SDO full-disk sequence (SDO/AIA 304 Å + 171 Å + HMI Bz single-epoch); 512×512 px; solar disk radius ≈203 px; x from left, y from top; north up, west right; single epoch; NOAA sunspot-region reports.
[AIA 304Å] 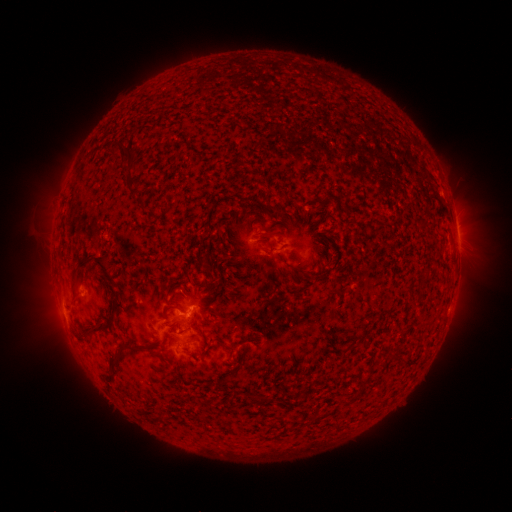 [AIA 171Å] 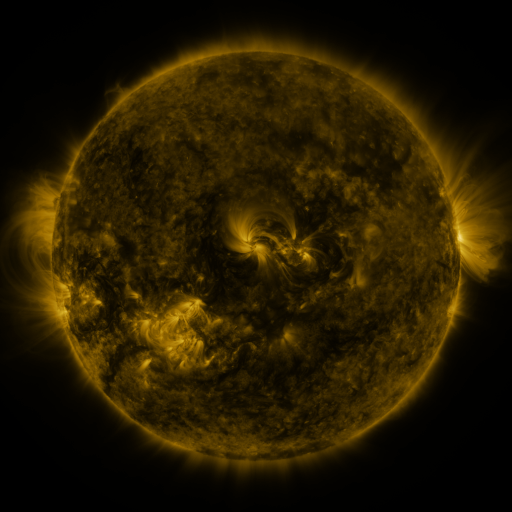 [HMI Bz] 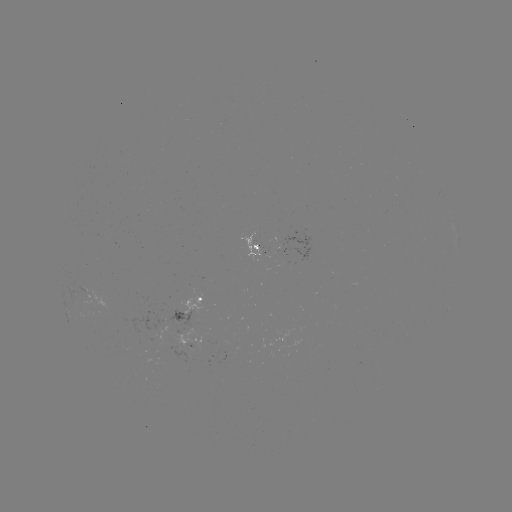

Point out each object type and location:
spotted active region: (456, 230)
spotted active region: (256, 246)
spotted active region: (315, 249)
spotted active region: (194, 312)
